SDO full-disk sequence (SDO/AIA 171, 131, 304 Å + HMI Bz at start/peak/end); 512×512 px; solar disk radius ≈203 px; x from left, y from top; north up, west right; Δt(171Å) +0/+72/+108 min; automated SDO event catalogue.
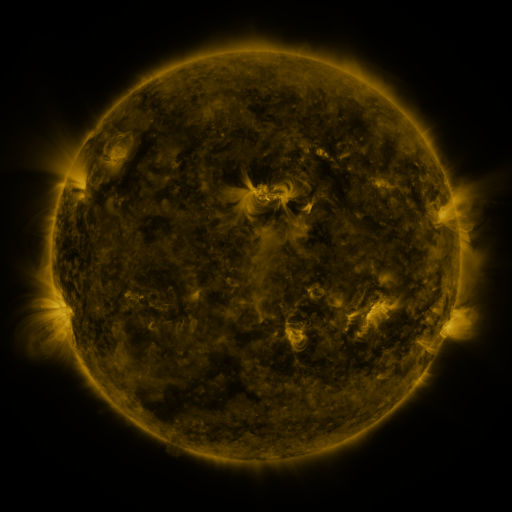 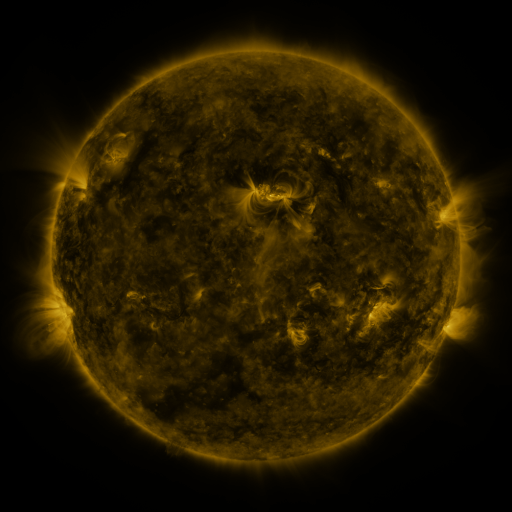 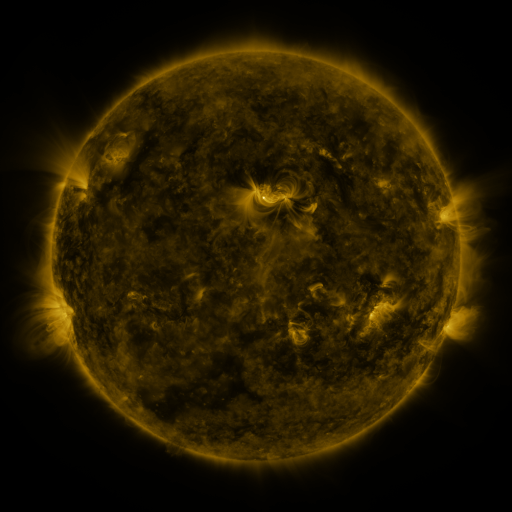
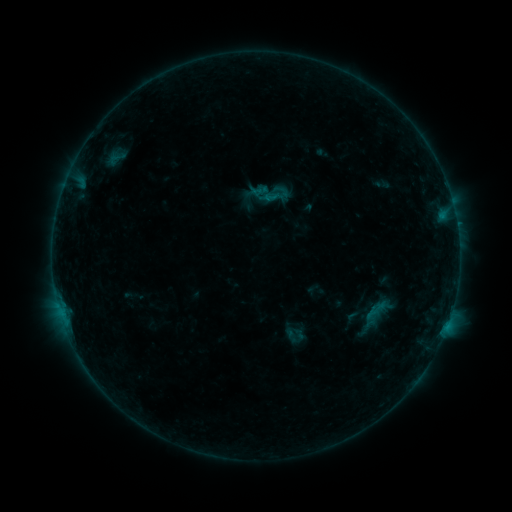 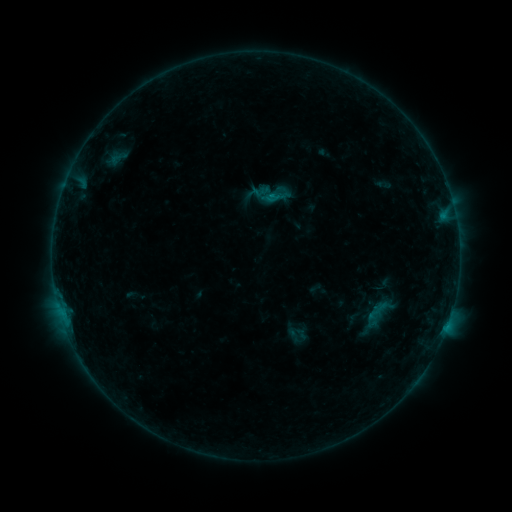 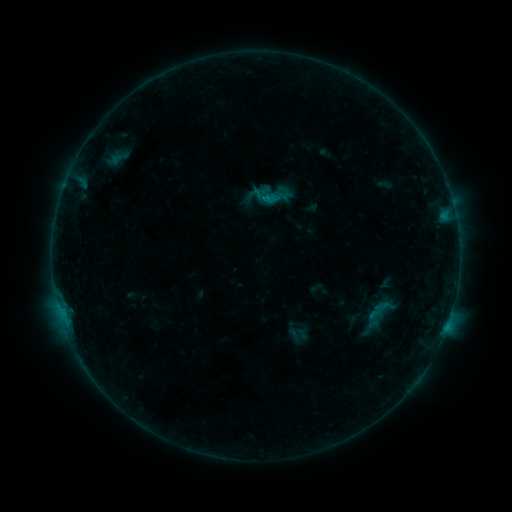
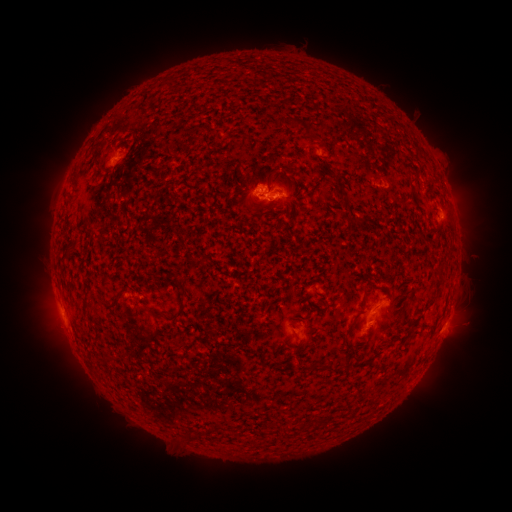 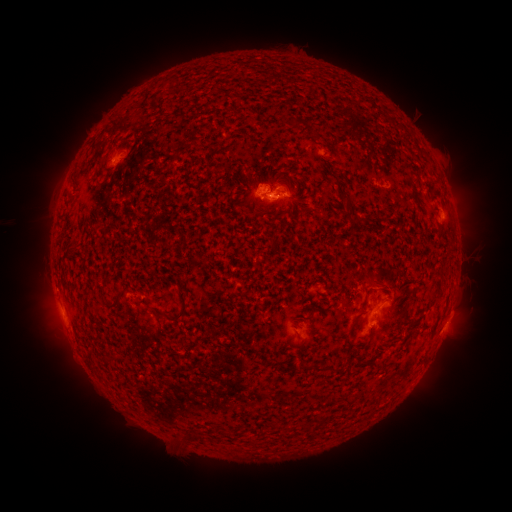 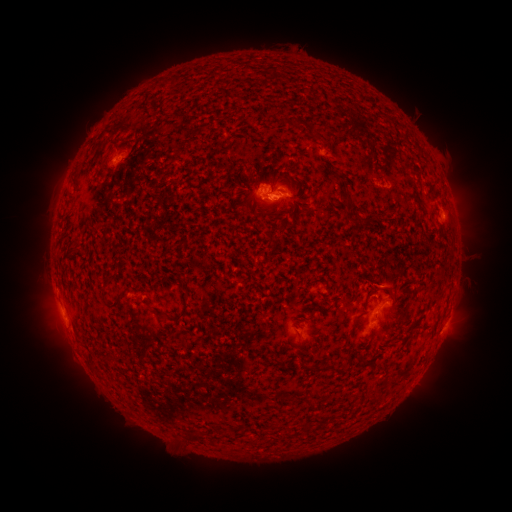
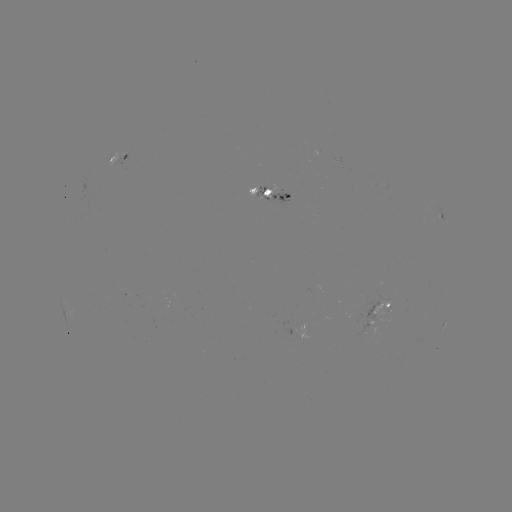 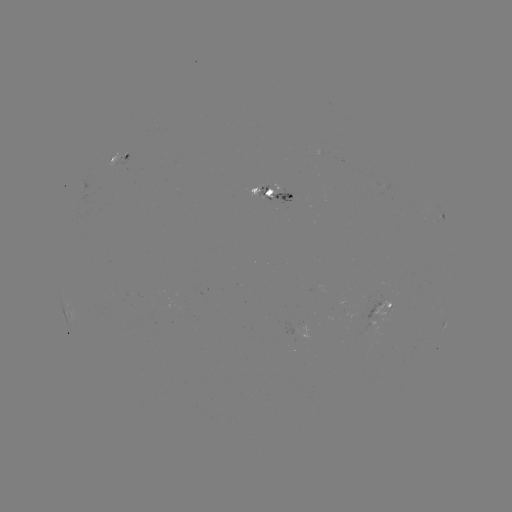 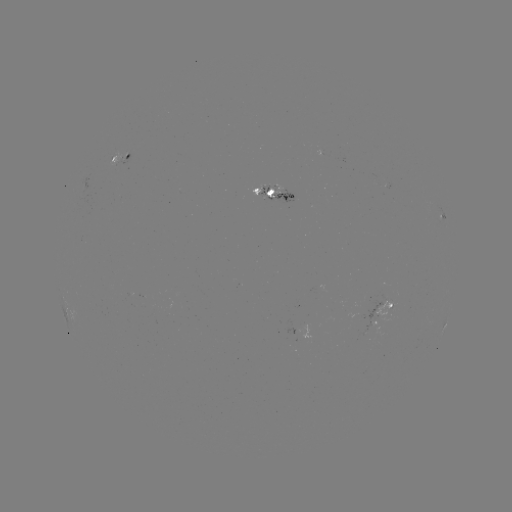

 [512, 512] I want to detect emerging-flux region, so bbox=[258, 186, 293, 204].